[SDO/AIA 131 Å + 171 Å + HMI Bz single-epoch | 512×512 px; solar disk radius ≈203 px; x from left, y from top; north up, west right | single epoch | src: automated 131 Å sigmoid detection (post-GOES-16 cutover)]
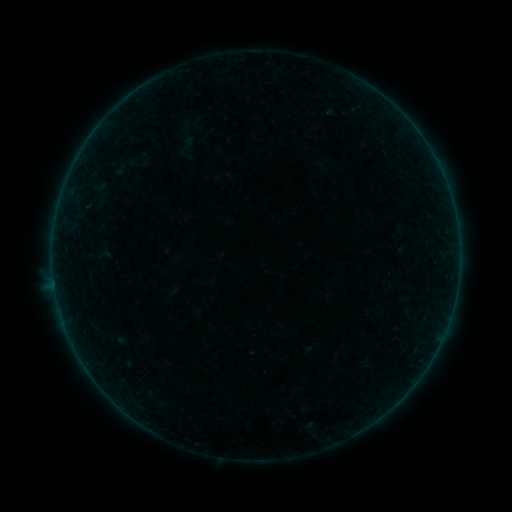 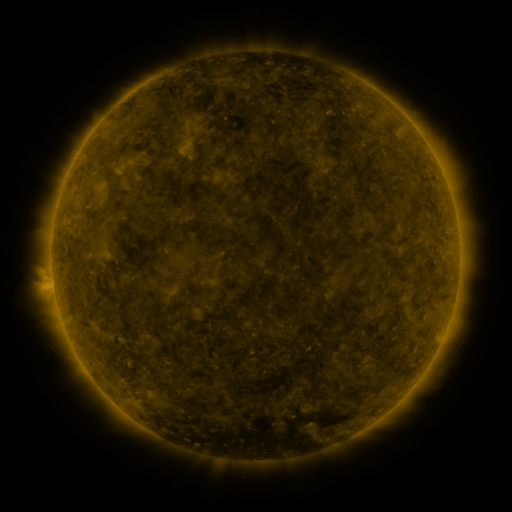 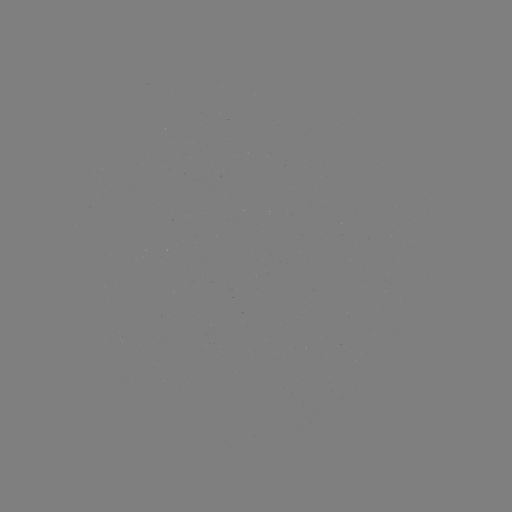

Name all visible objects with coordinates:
sigmoid: (186, 146)
